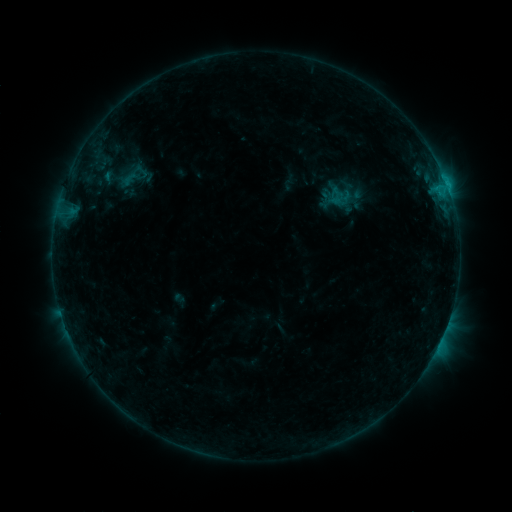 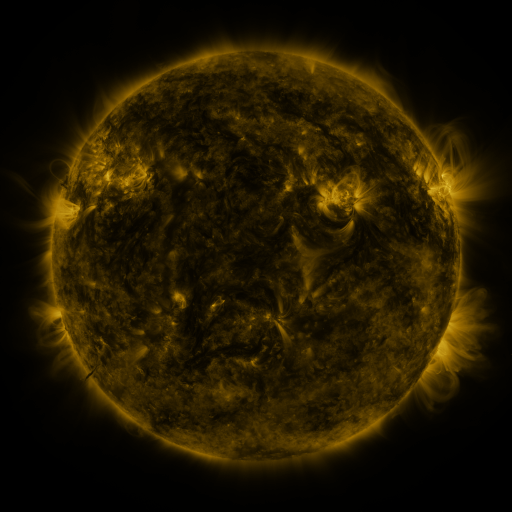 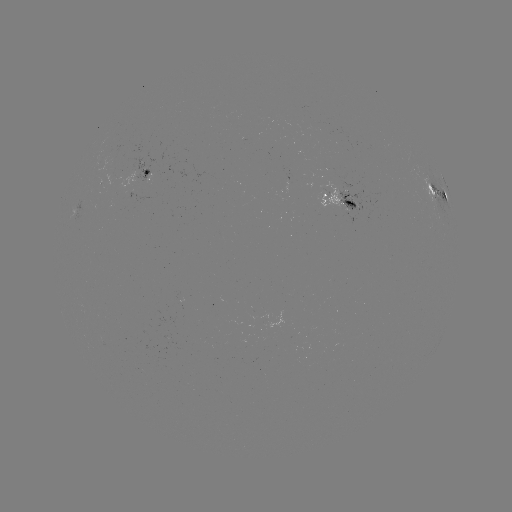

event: sigmoid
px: (142, 172)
